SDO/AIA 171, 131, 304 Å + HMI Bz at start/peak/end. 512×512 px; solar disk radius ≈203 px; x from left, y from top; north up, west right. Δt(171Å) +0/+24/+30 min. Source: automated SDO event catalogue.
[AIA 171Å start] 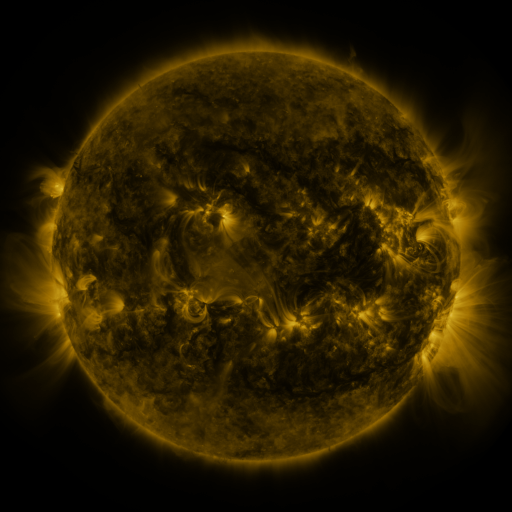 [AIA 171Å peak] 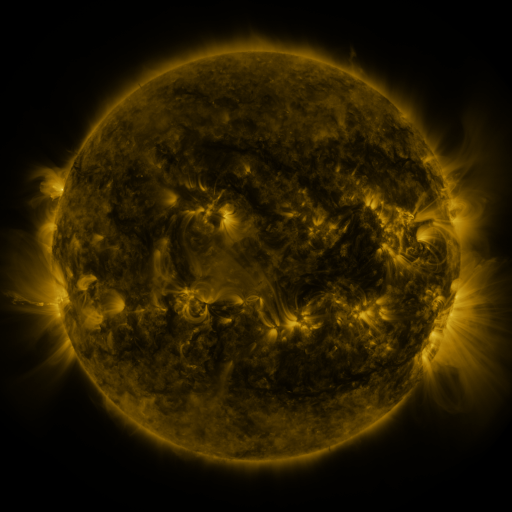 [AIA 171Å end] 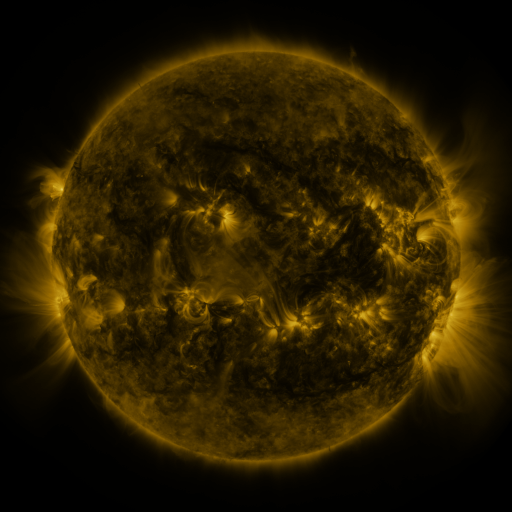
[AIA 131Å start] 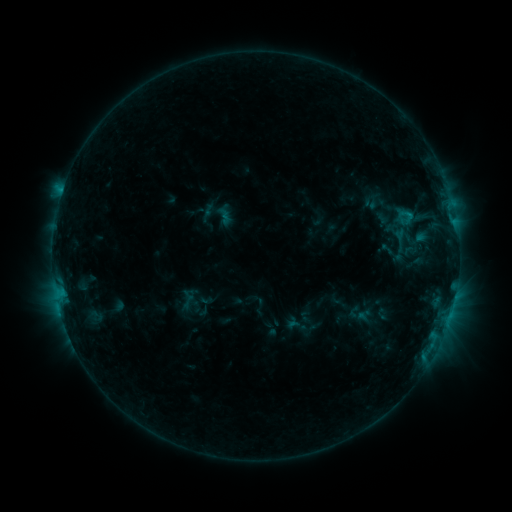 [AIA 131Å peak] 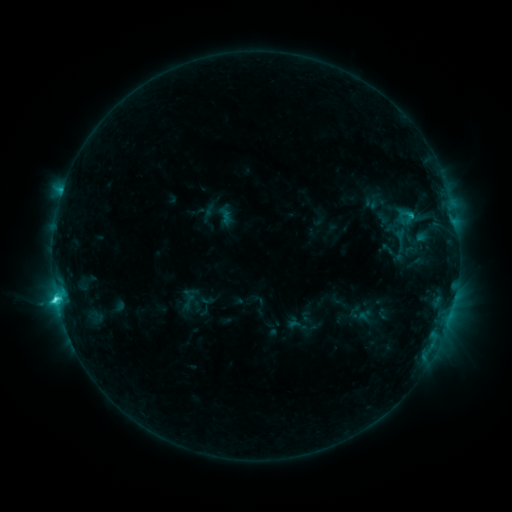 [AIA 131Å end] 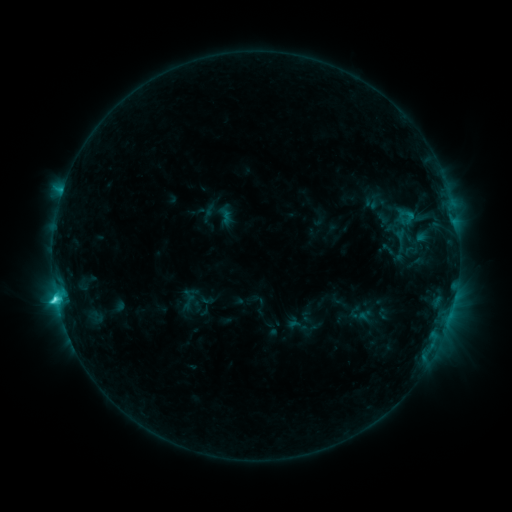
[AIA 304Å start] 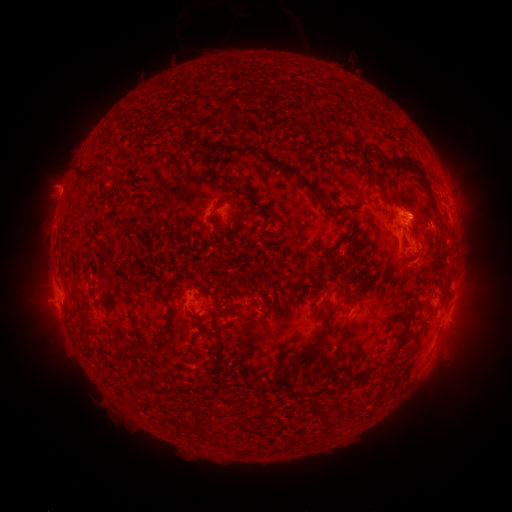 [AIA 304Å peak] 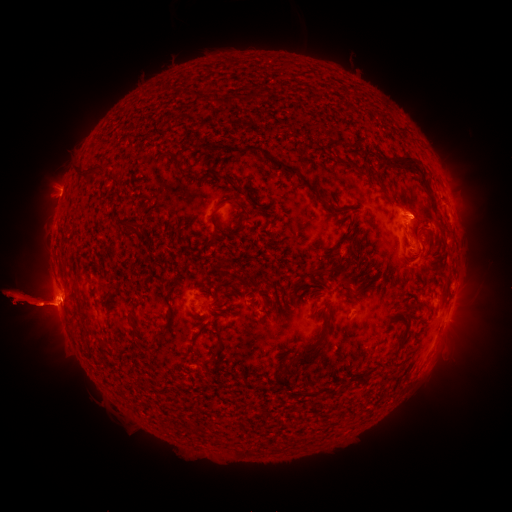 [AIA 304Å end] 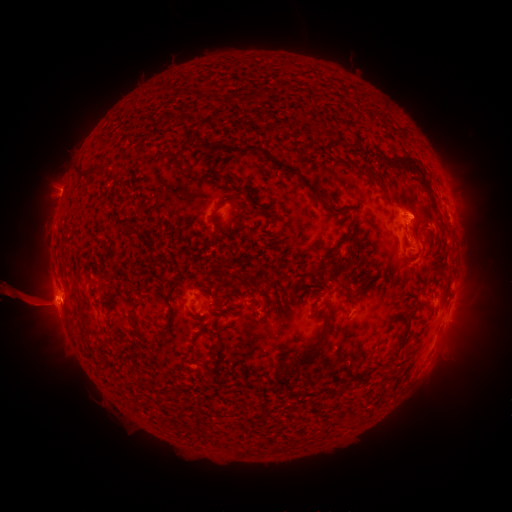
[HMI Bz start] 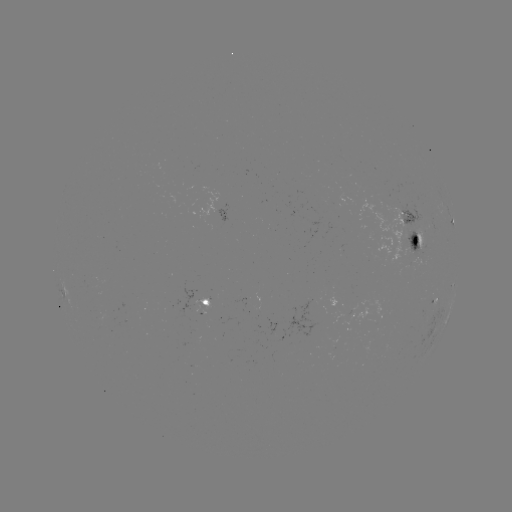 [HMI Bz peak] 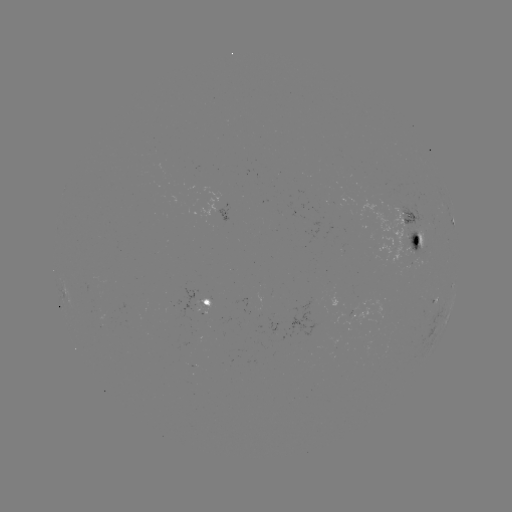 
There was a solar flare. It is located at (57, 298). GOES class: C3.6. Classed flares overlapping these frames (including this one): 1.